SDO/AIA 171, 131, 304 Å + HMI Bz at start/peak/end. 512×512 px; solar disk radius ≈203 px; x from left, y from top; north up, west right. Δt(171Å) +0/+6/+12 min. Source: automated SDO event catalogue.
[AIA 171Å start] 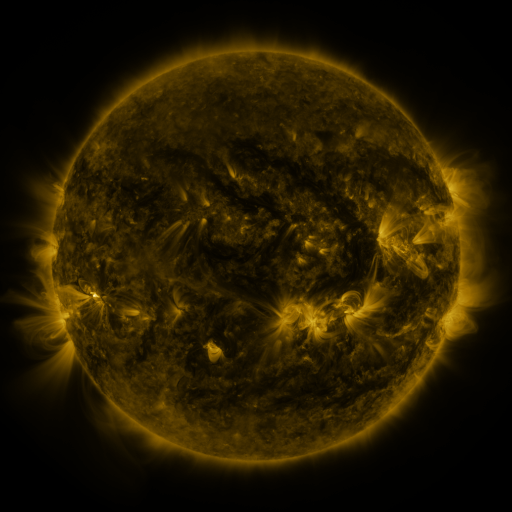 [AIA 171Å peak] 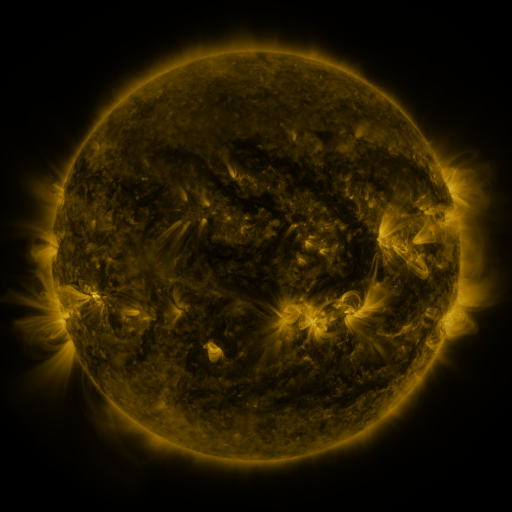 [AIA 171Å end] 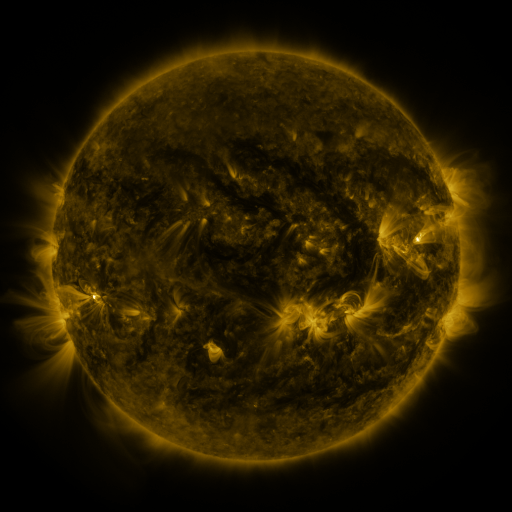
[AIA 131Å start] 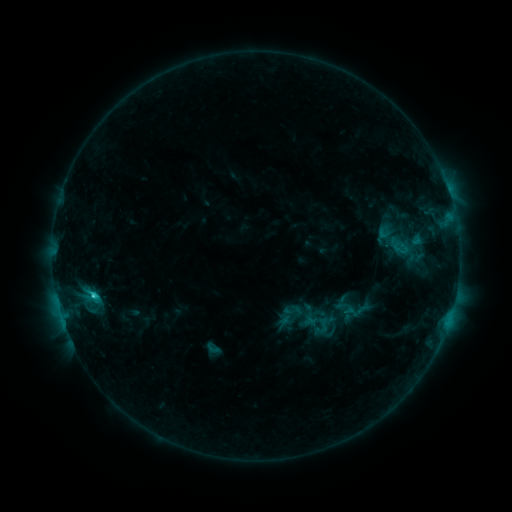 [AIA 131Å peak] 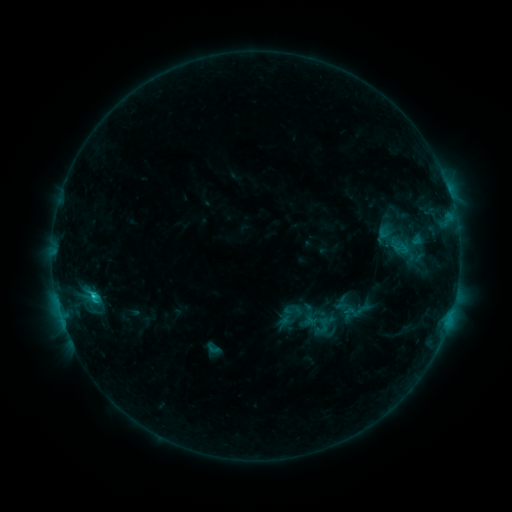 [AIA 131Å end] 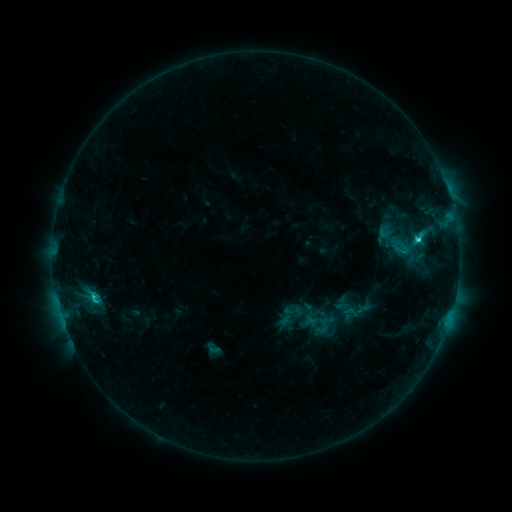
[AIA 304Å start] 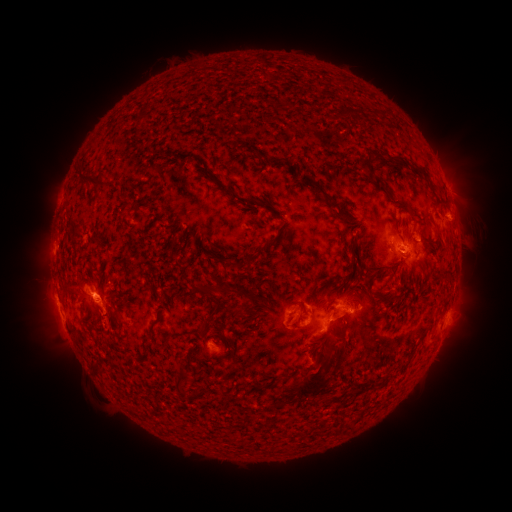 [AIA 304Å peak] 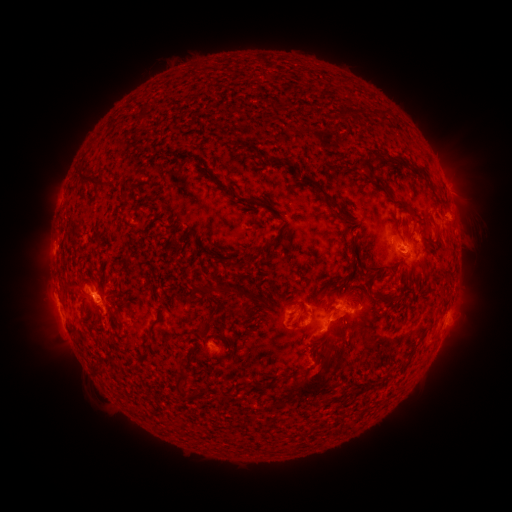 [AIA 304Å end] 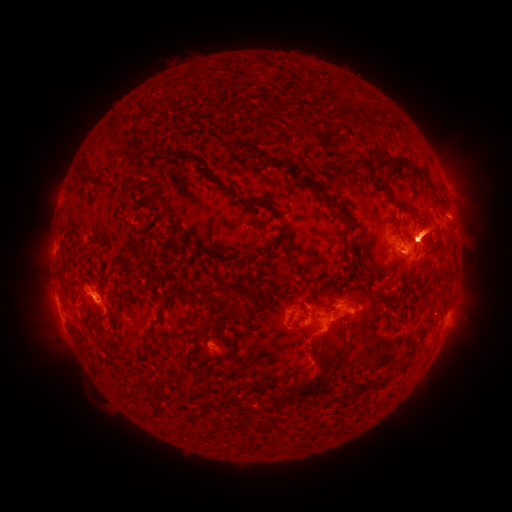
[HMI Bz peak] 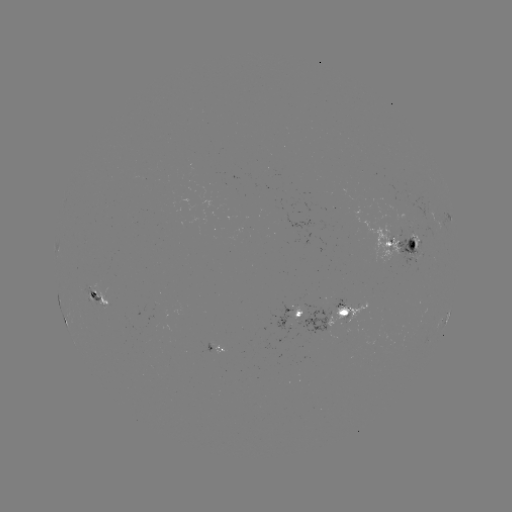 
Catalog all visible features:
eruption: (427, 233)
